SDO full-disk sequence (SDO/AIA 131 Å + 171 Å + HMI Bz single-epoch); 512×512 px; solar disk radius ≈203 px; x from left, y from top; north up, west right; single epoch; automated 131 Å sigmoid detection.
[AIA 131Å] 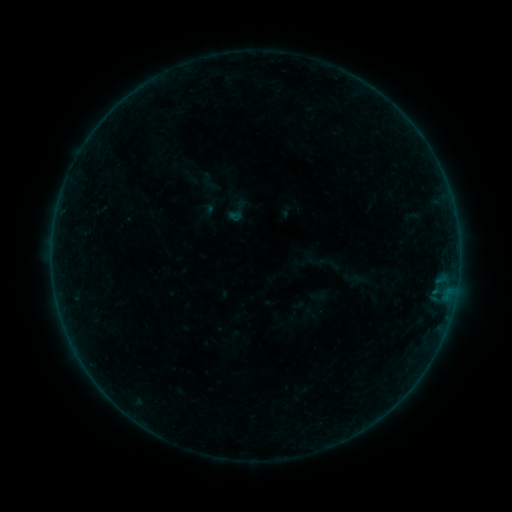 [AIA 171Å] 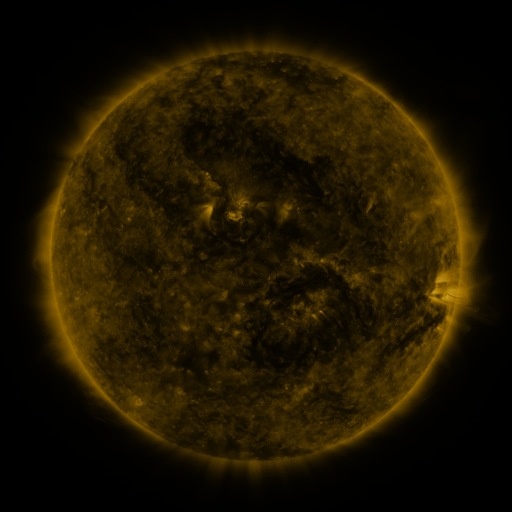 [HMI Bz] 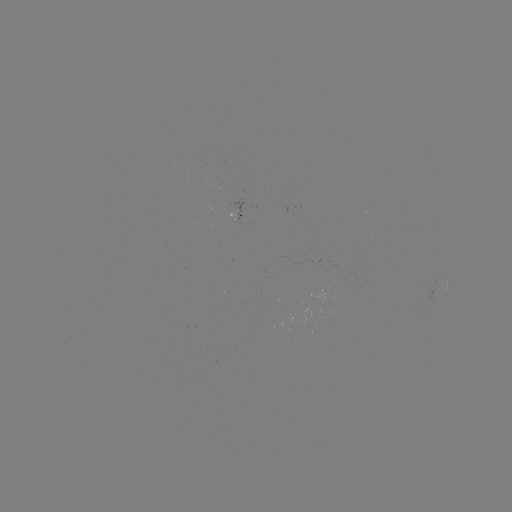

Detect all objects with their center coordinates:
sigmoid: <bbox>224, 197, 251, 225</bbox>
